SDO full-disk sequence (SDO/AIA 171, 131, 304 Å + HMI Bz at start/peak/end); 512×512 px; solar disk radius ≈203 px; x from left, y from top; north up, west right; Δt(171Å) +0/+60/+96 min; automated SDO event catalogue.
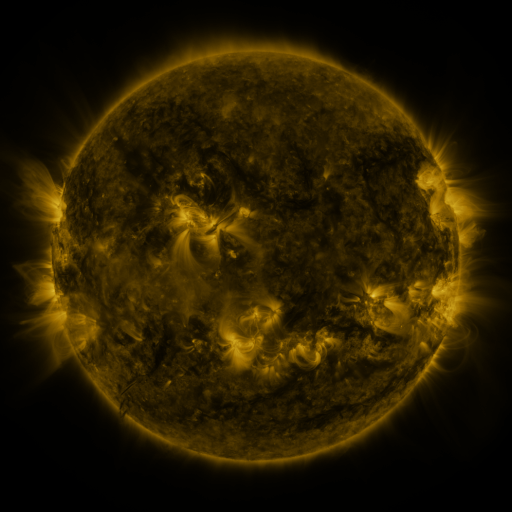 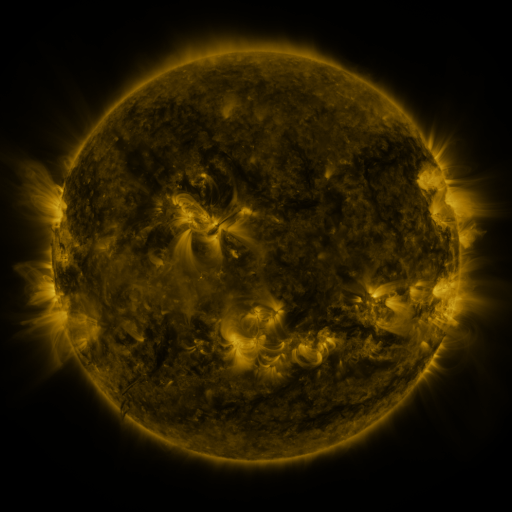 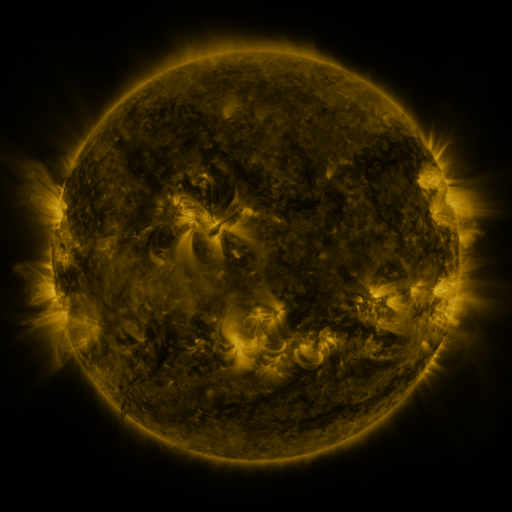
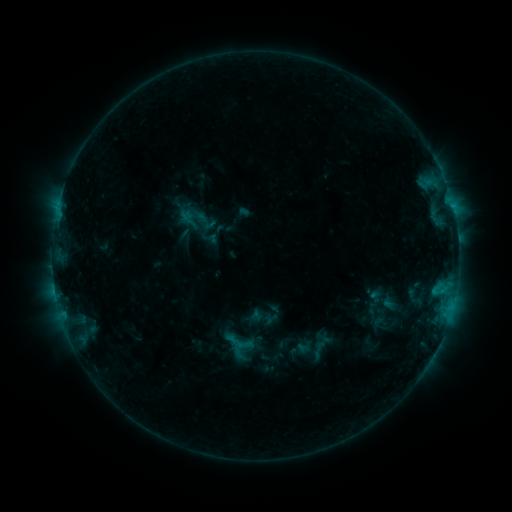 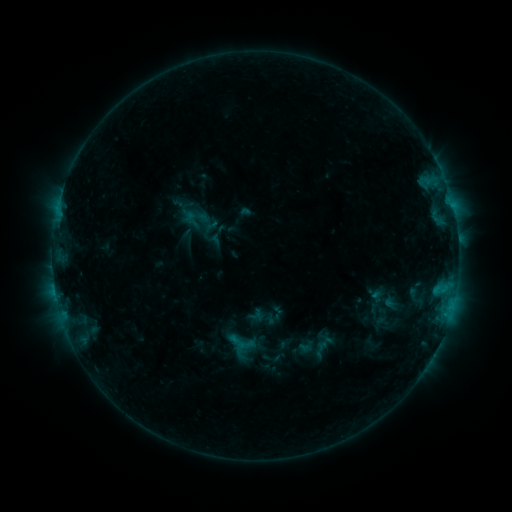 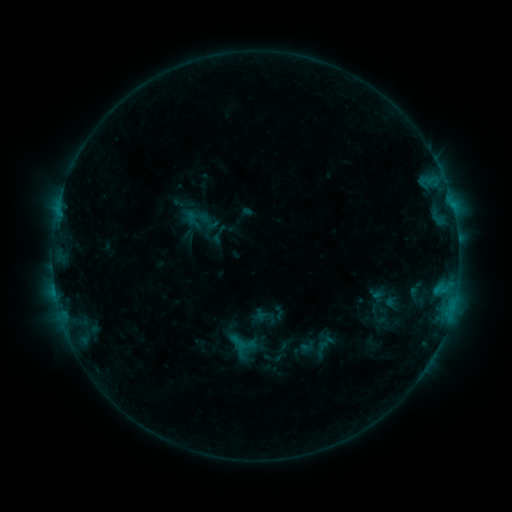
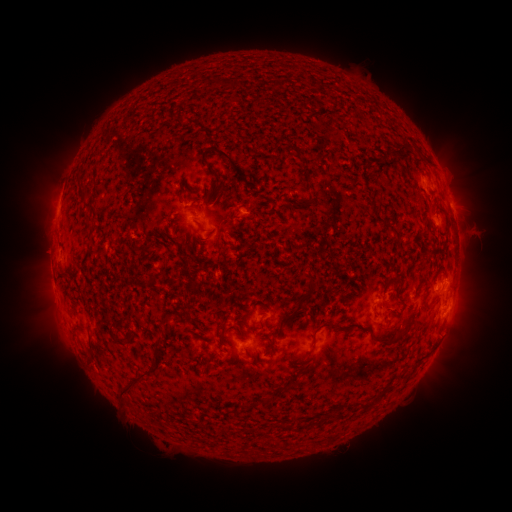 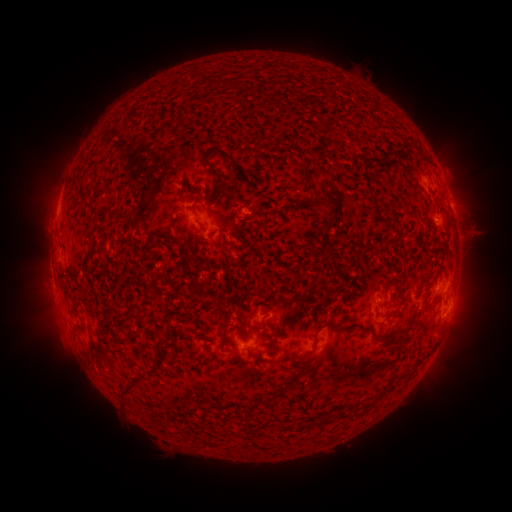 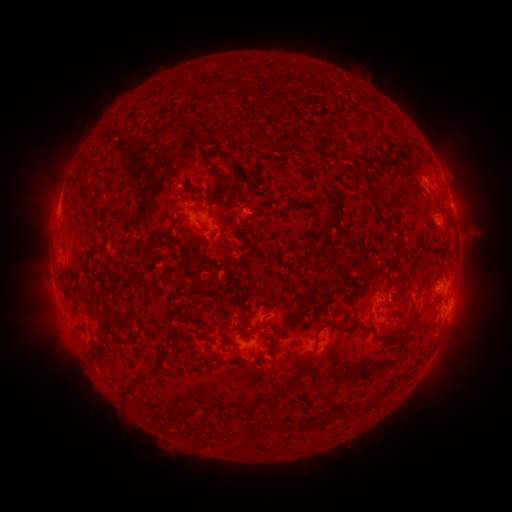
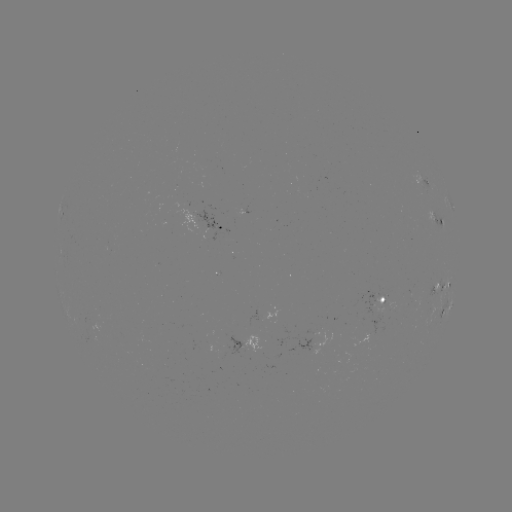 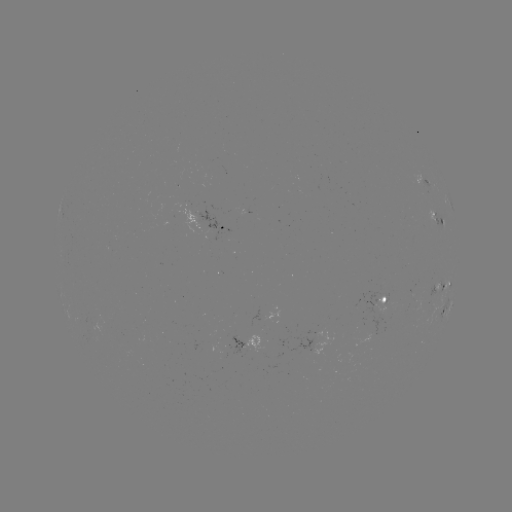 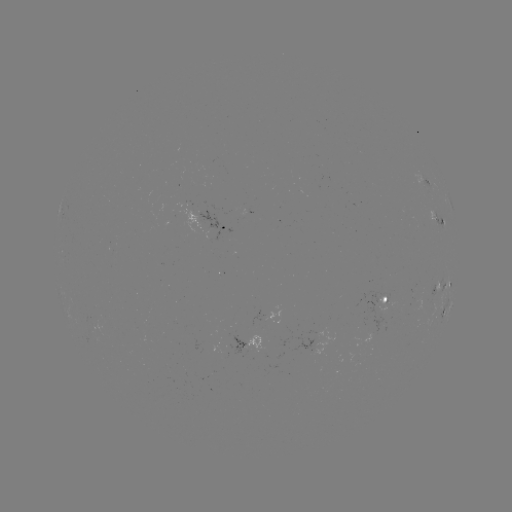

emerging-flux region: (377, 296, 385, 312)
